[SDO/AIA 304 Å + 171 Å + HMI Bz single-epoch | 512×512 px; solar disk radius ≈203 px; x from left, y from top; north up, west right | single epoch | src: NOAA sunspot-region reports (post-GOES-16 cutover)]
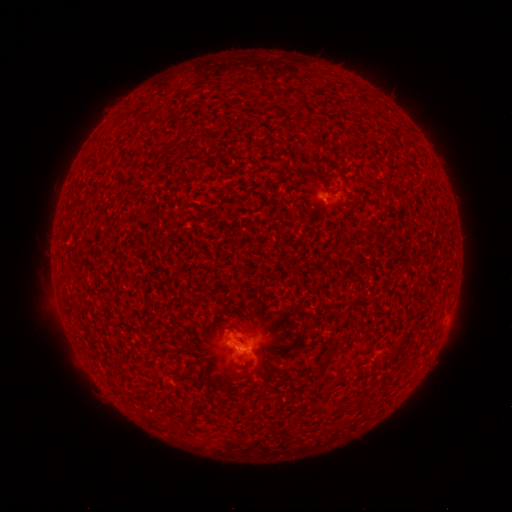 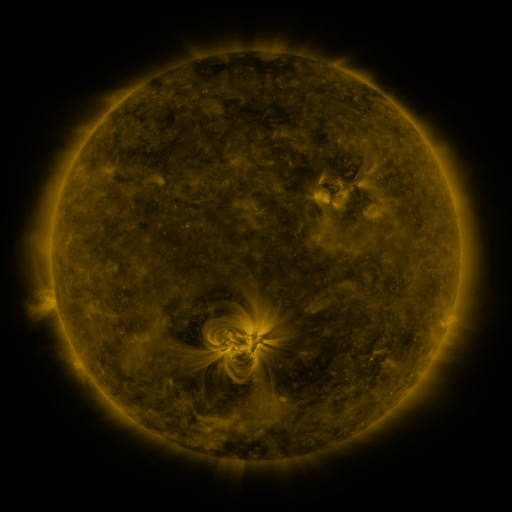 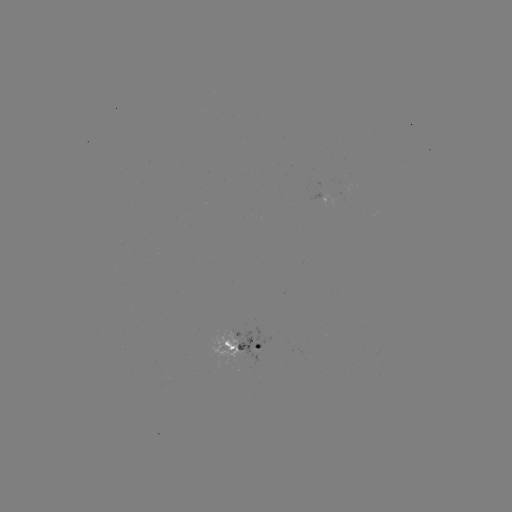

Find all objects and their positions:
spotted active region: (312, 197)
spotted active region: (246, 347)
